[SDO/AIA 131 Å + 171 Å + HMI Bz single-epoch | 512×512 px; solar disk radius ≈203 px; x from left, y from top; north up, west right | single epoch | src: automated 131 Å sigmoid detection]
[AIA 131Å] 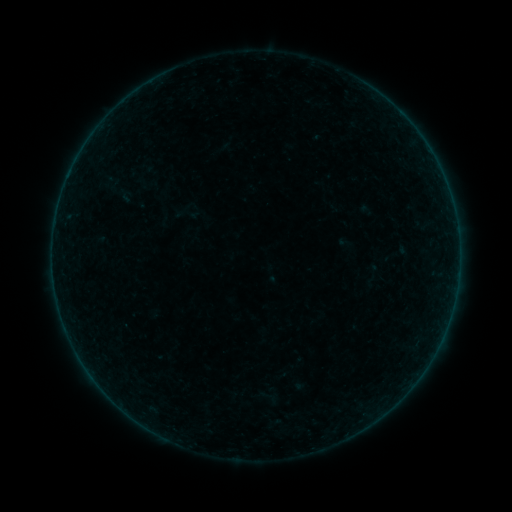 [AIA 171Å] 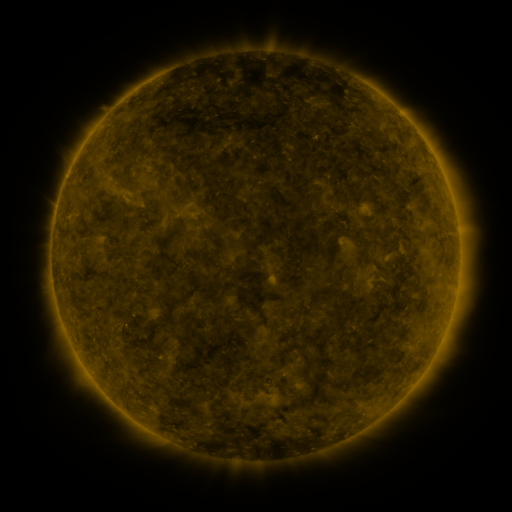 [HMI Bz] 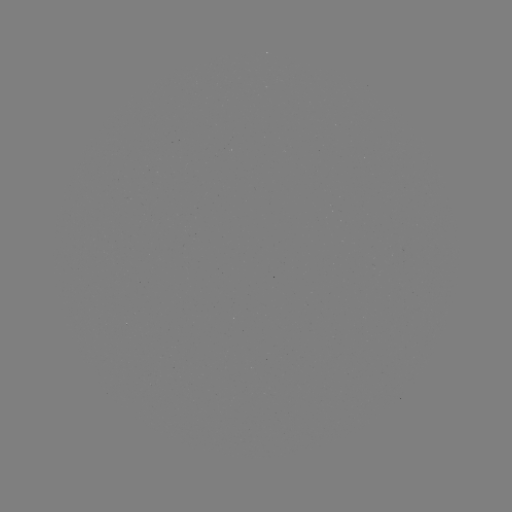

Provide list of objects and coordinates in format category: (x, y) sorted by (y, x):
sigmoid: (127, 196)
